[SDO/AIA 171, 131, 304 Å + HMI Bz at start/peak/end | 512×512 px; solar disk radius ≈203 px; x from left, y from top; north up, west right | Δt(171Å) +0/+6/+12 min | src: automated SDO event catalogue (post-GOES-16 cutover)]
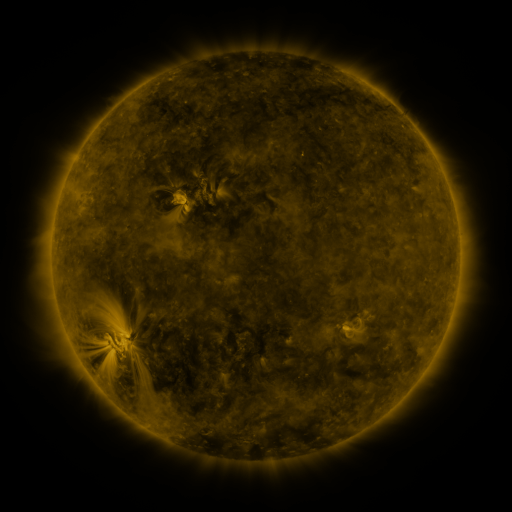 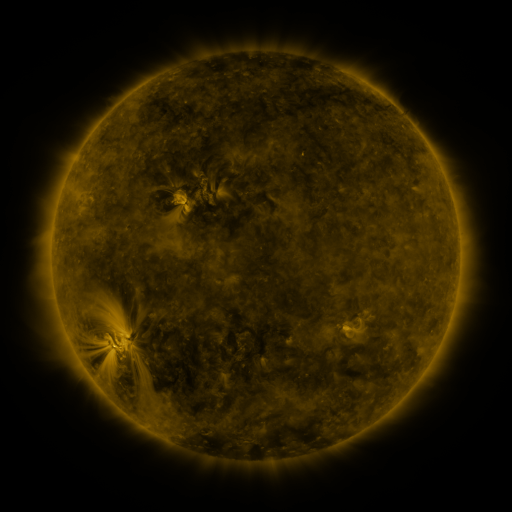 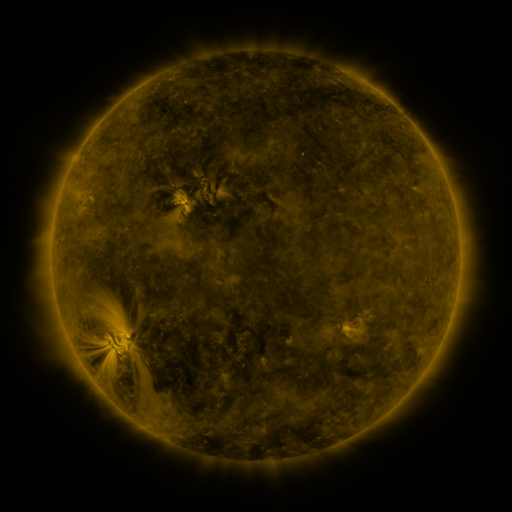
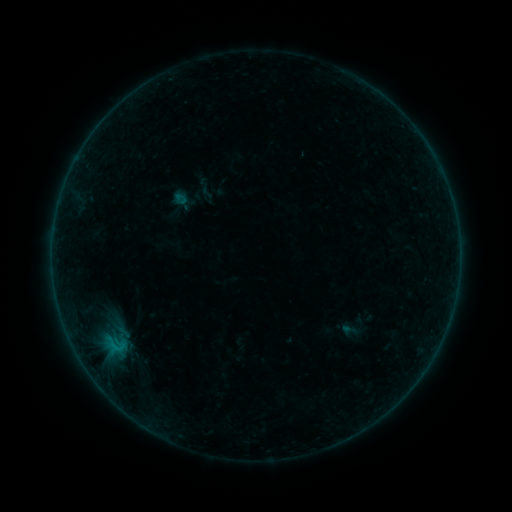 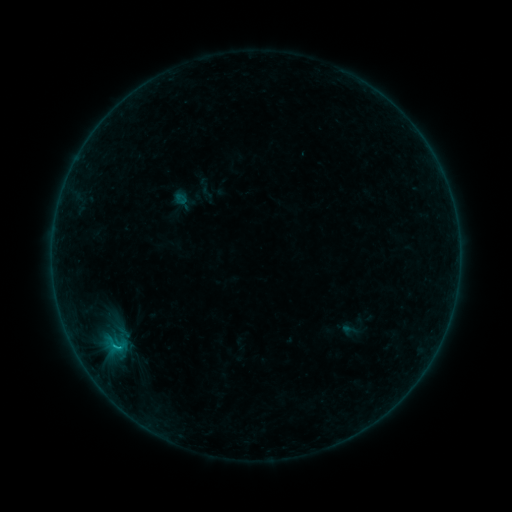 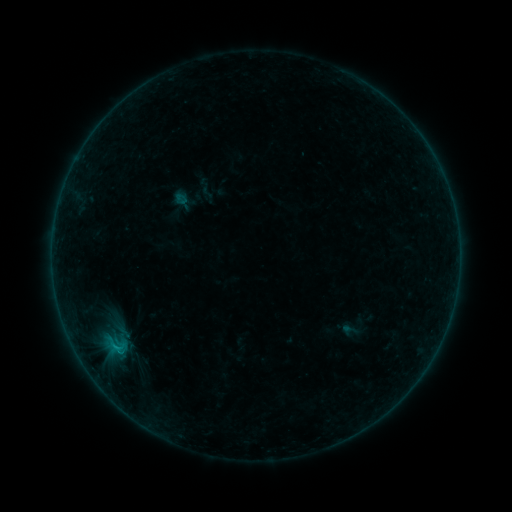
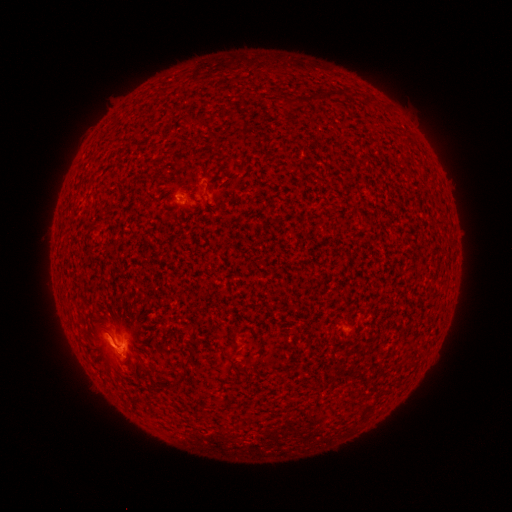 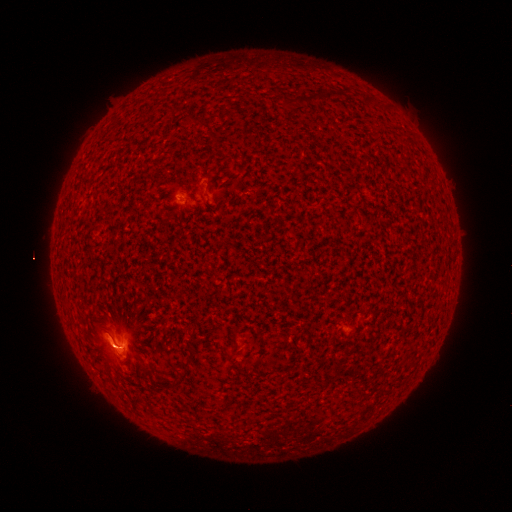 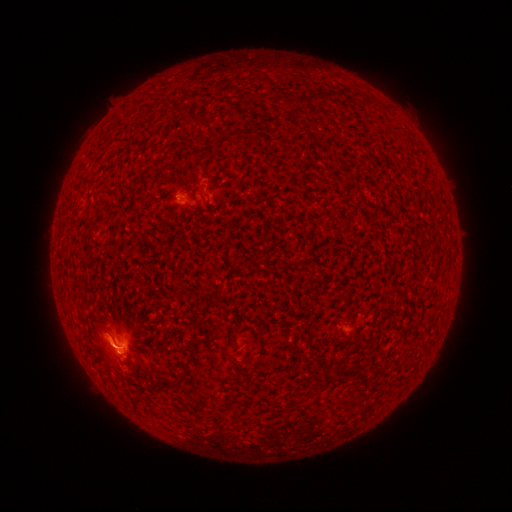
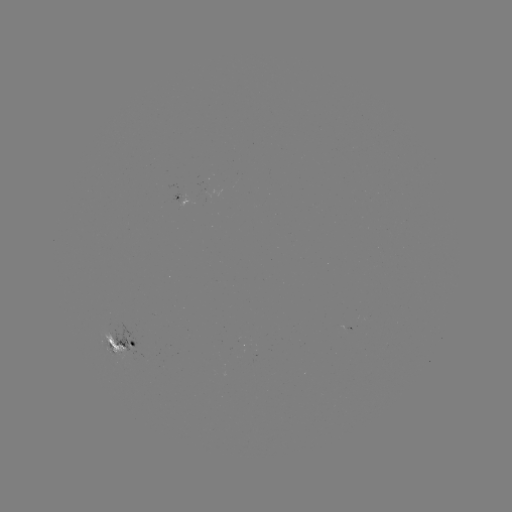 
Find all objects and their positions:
B8.6 flare: (117, 347)
